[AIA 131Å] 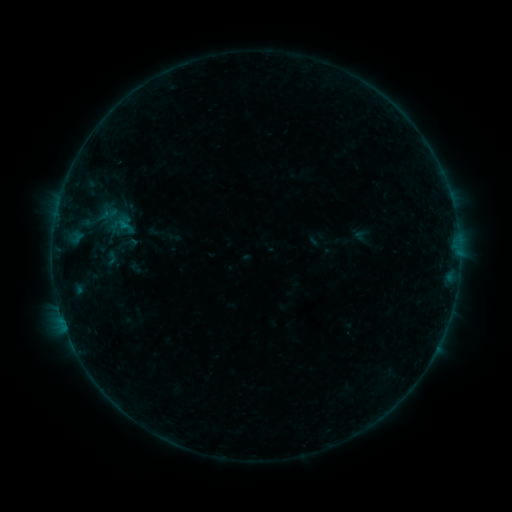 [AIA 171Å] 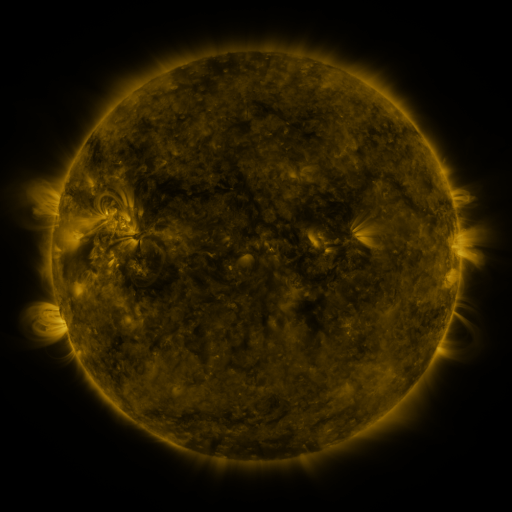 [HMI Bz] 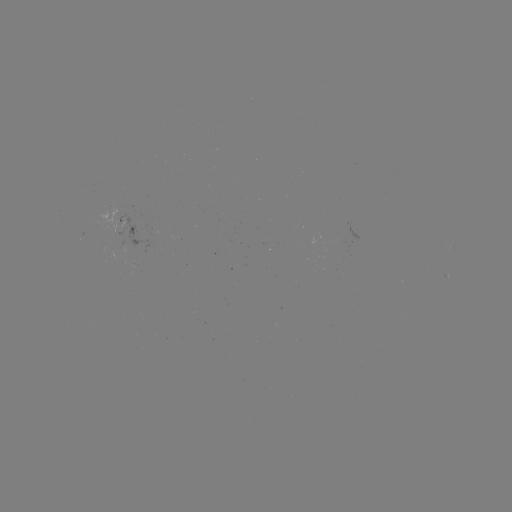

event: sigmoid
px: (127, 243)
